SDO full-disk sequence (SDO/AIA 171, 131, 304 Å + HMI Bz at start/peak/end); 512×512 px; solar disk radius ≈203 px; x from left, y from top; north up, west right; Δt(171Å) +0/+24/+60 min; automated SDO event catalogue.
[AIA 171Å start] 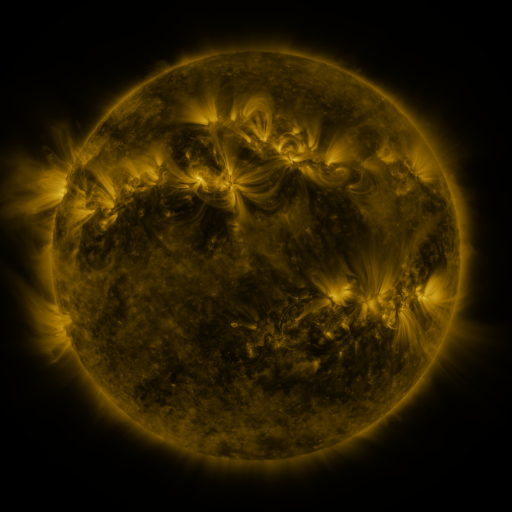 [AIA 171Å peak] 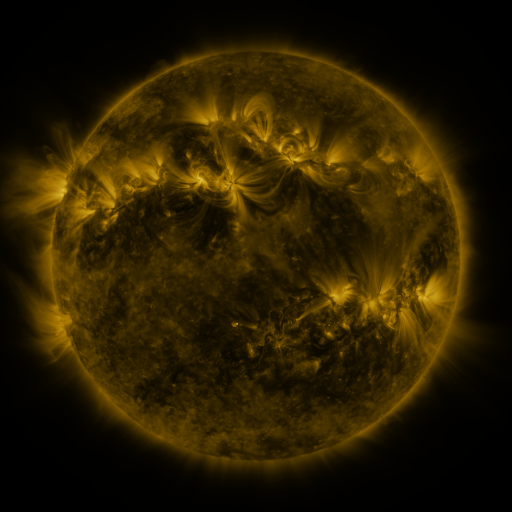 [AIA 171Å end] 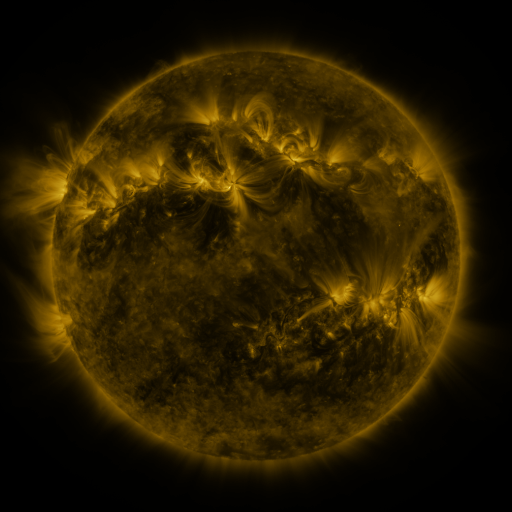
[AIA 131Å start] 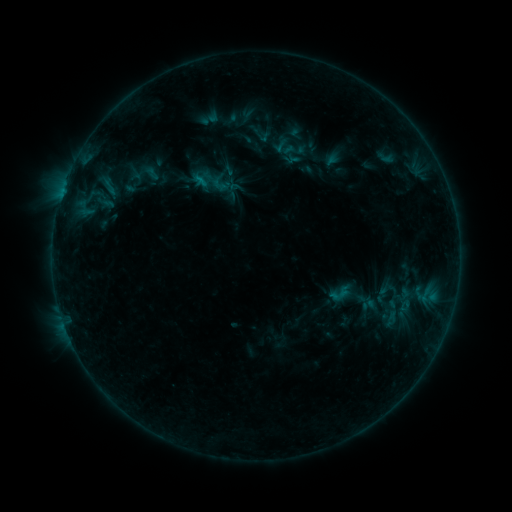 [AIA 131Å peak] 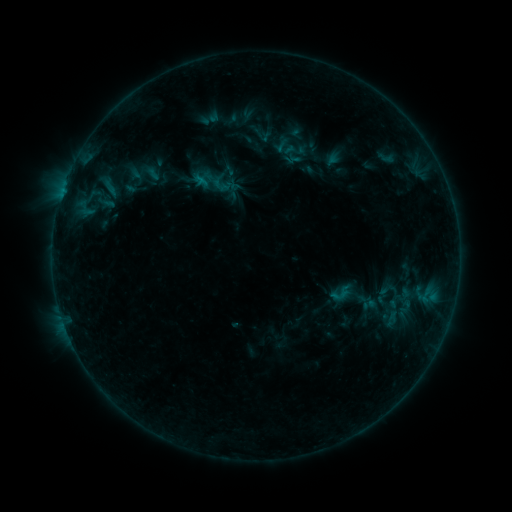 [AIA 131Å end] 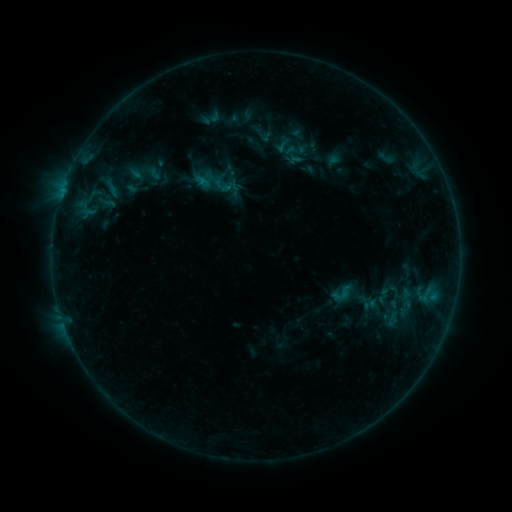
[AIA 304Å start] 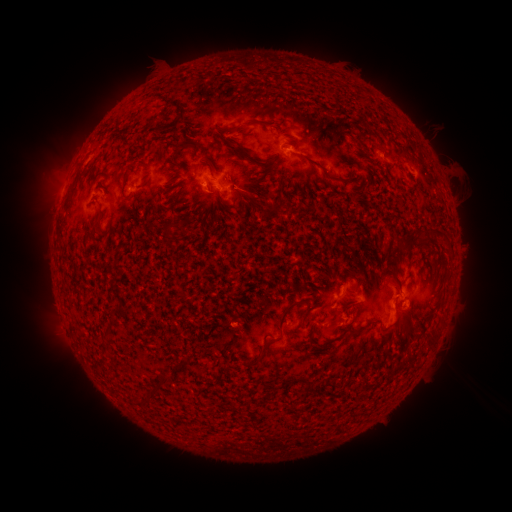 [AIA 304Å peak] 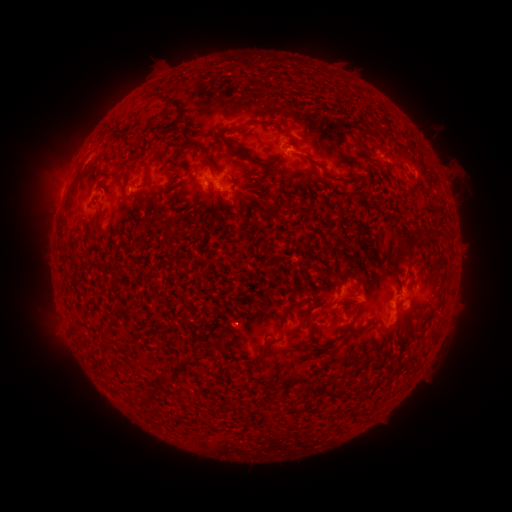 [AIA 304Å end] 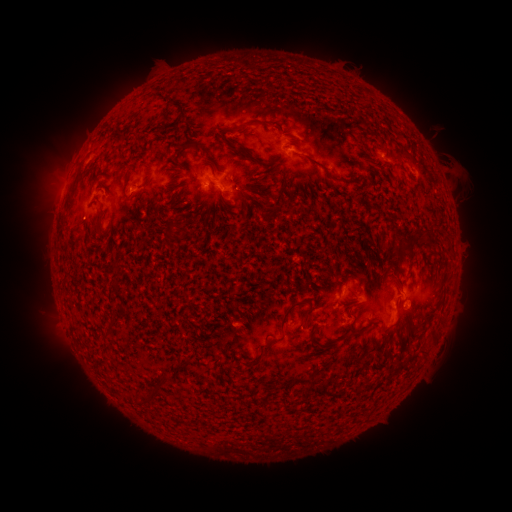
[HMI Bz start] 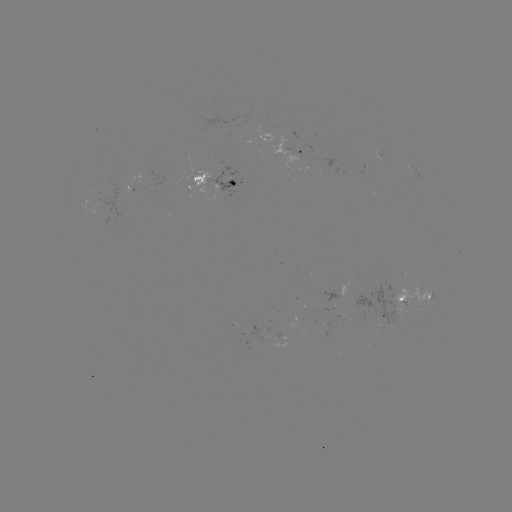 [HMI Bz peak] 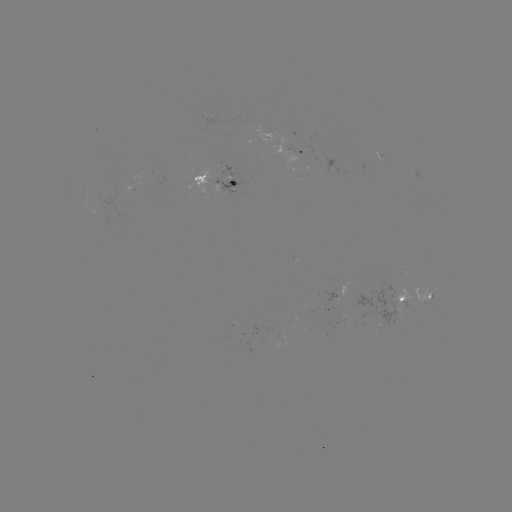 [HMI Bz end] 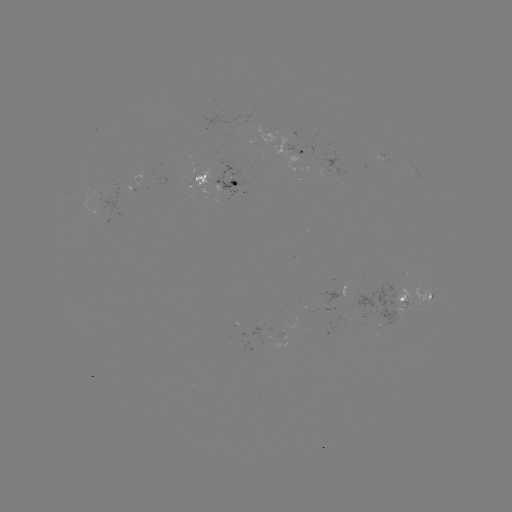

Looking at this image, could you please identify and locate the emerging-flux region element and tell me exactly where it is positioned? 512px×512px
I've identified emerging-flux region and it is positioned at [402, 295].